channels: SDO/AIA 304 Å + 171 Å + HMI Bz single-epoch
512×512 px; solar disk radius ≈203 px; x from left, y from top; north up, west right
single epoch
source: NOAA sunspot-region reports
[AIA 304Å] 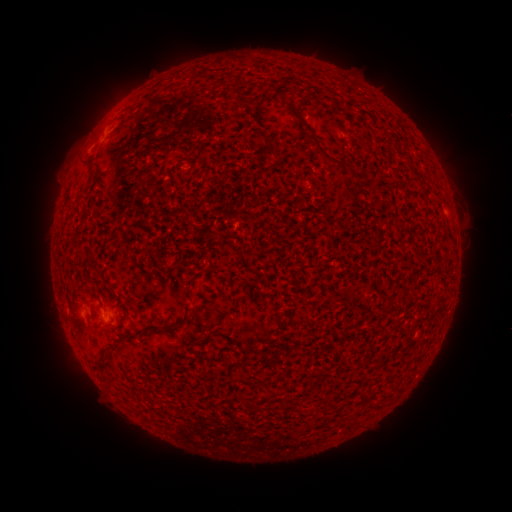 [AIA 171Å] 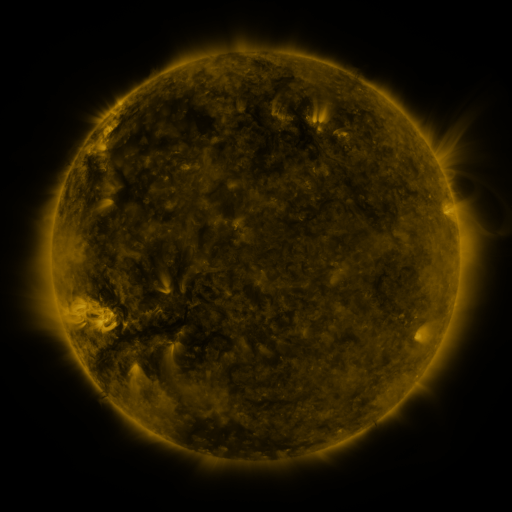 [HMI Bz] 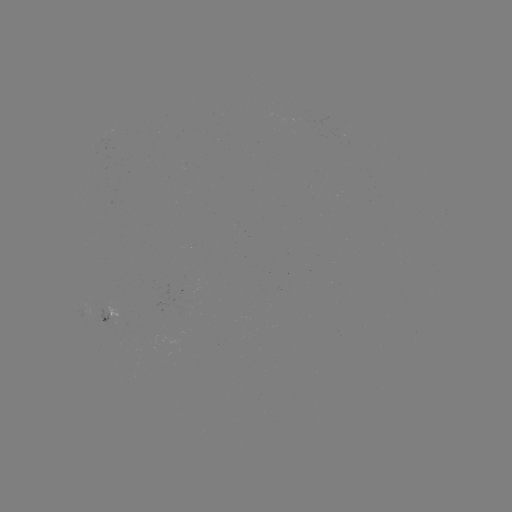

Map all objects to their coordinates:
spotted active region: (444, 210)
spotted active region: (111, 319)
